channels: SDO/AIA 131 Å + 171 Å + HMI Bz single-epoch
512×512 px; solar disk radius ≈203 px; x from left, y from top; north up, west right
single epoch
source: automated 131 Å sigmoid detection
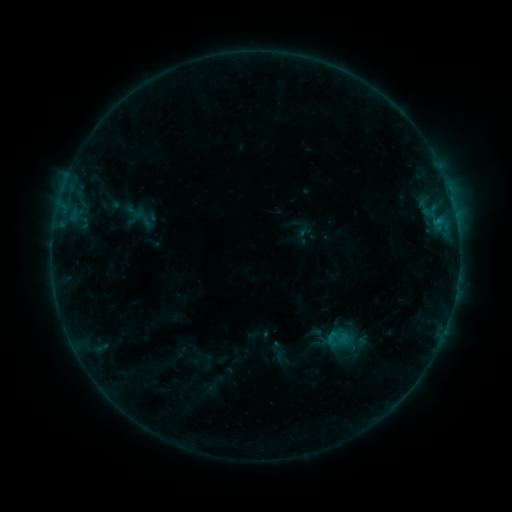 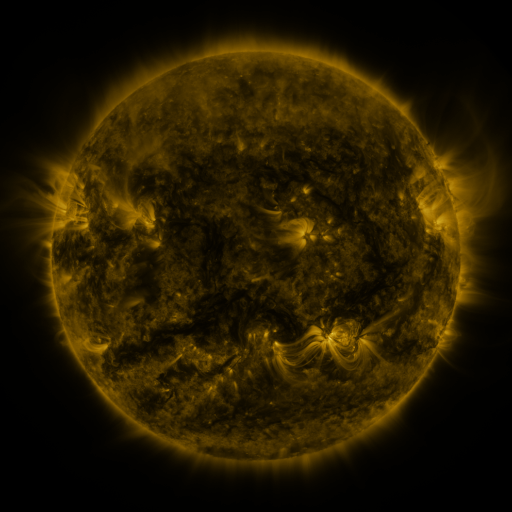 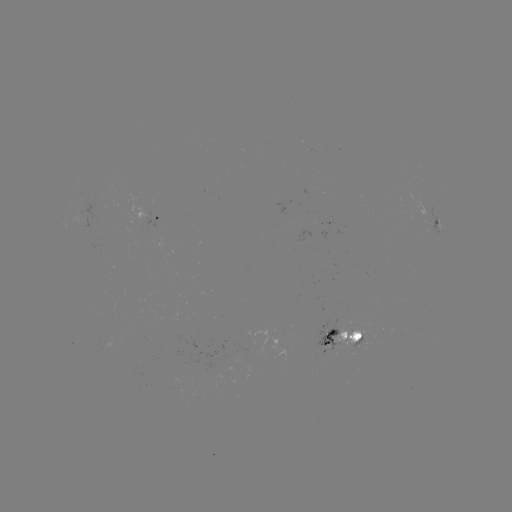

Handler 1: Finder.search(sigmoid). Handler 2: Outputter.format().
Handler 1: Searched sigmoid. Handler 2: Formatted [337, 339].